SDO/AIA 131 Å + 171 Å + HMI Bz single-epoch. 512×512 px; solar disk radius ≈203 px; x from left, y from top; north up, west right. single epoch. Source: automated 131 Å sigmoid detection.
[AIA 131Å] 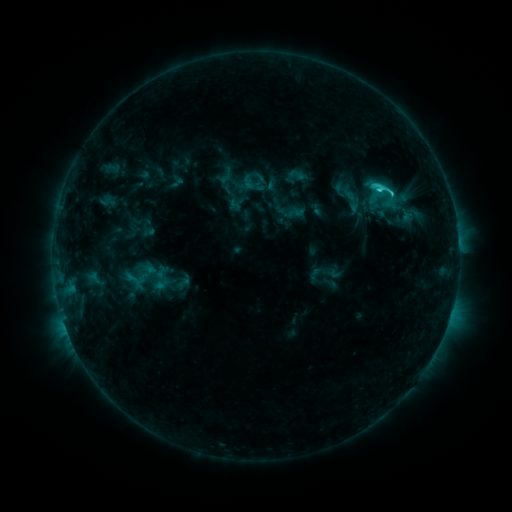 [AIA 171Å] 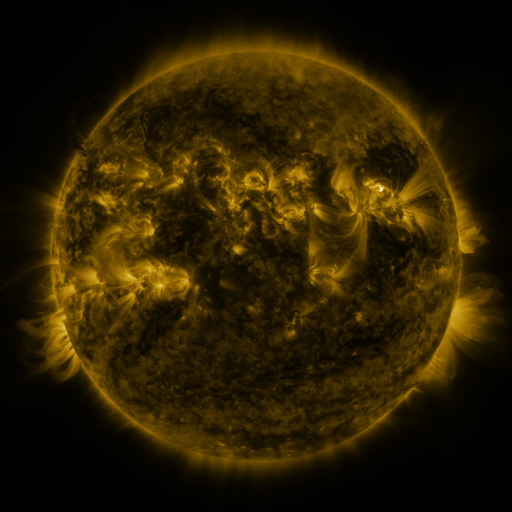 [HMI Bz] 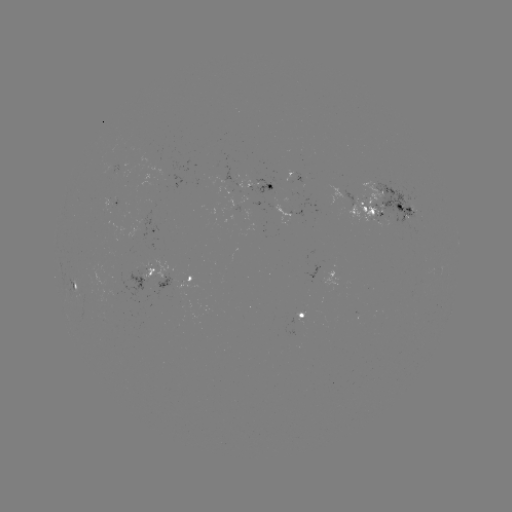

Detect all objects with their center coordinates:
sigmoid: [287, 165, 308, 184]
